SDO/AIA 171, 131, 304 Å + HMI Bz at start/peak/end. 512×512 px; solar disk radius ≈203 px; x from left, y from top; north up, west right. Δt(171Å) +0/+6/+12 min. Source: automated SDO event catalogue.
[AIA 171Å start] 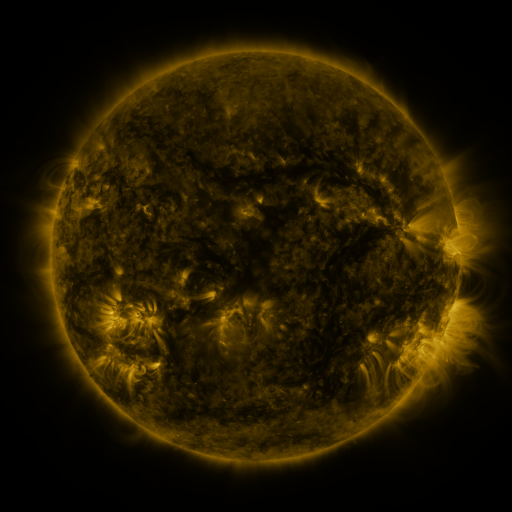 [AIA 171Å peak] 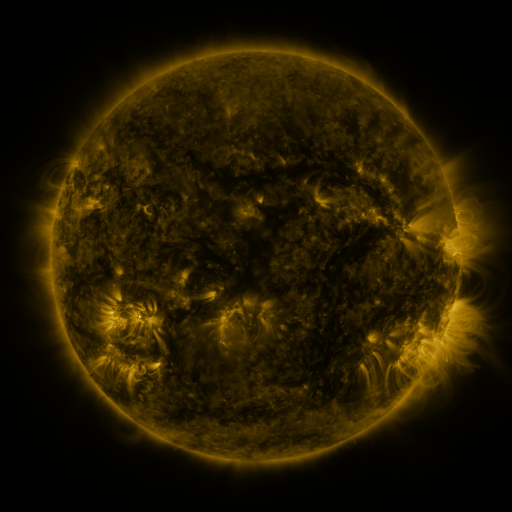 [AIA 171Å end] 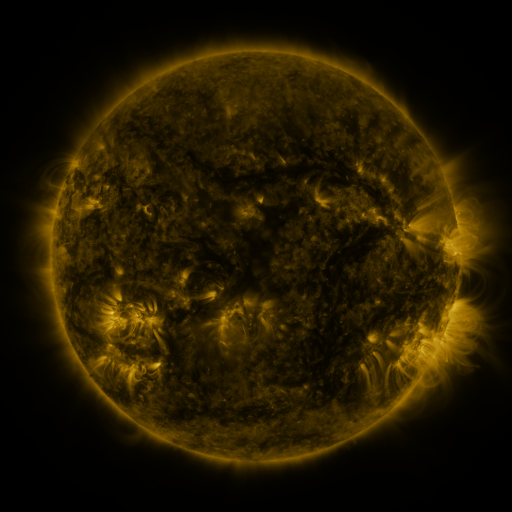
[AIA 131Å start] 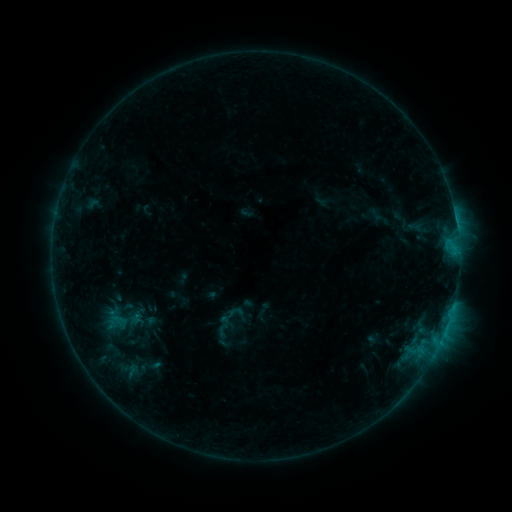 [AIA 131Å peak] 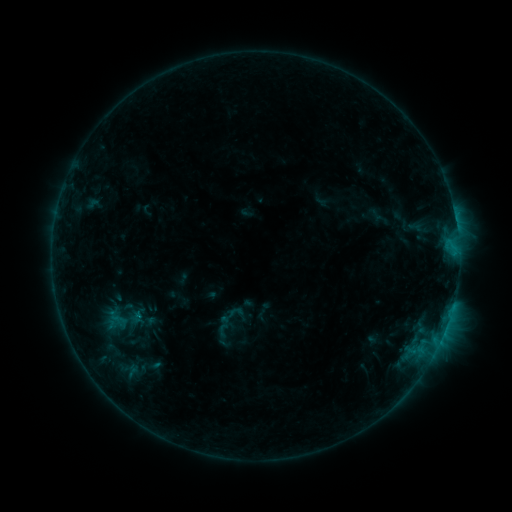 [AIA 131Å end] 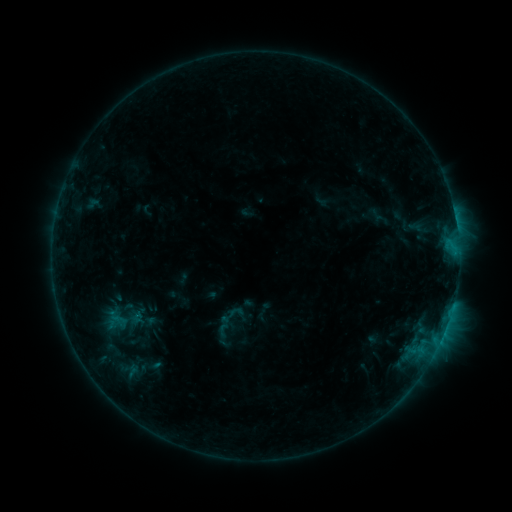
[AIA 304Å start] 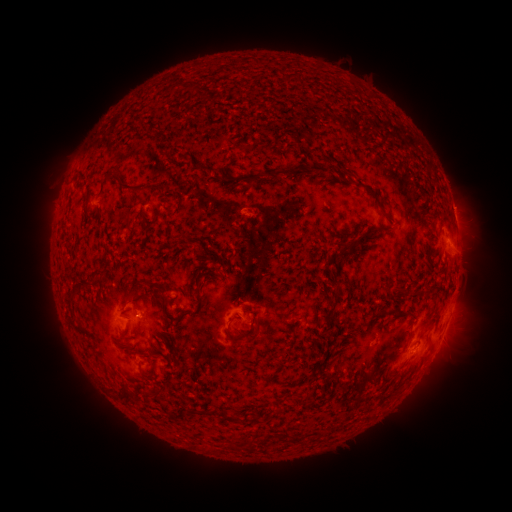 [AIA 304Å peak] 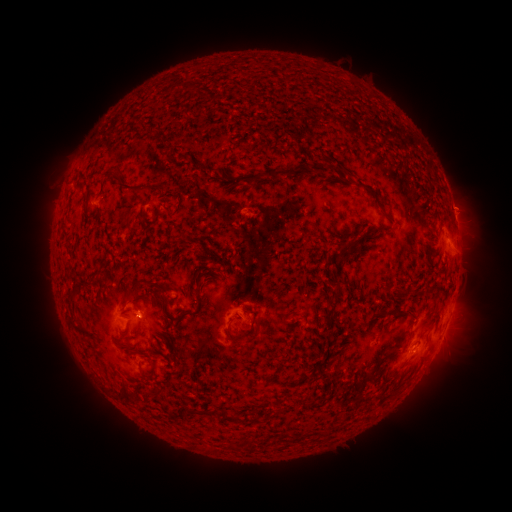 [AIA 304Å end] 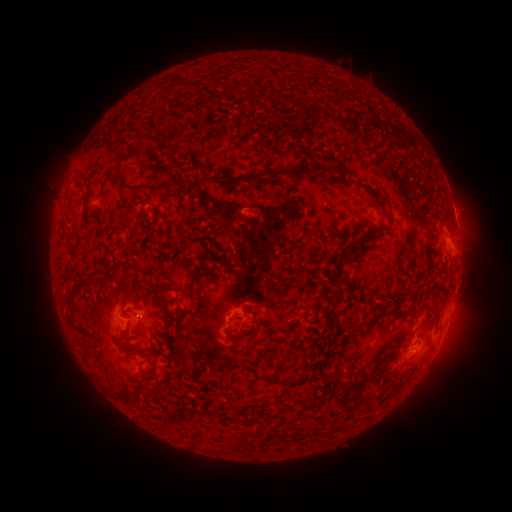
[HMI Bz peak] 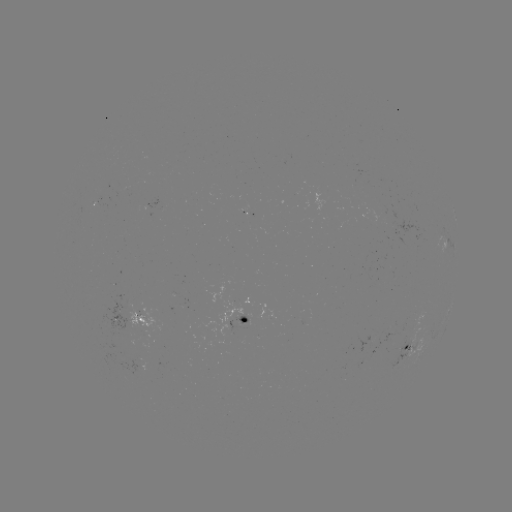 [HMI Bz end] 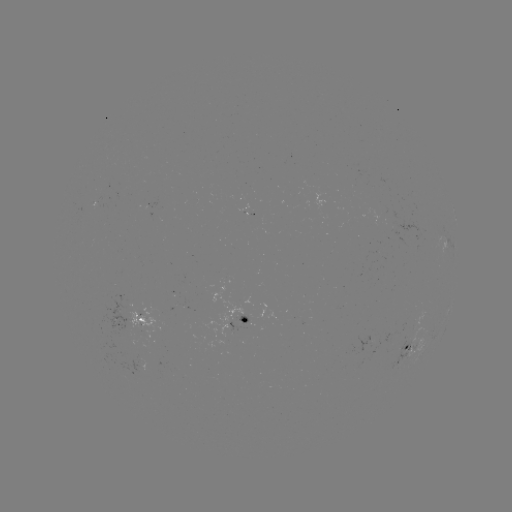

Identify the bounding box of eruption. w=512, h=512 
[440, 181, 489, 228].